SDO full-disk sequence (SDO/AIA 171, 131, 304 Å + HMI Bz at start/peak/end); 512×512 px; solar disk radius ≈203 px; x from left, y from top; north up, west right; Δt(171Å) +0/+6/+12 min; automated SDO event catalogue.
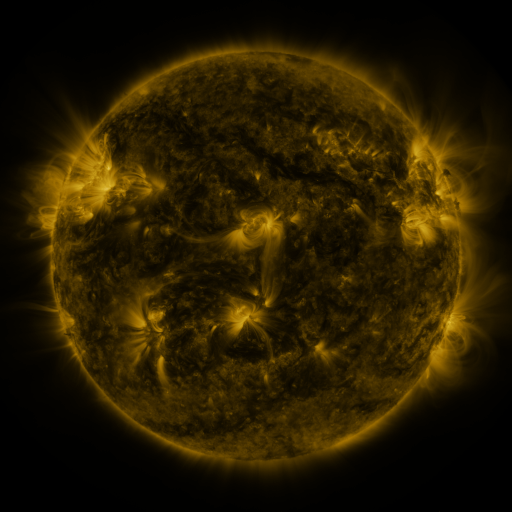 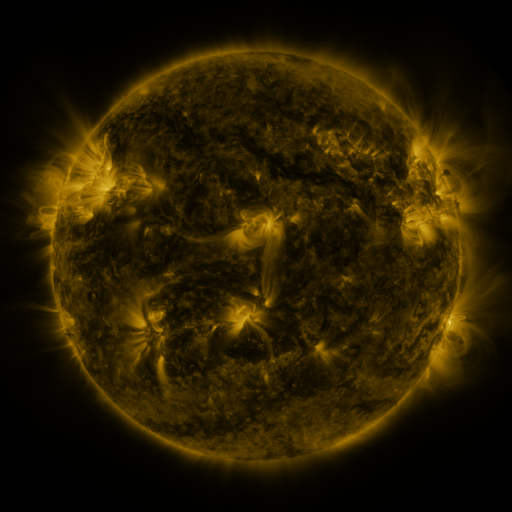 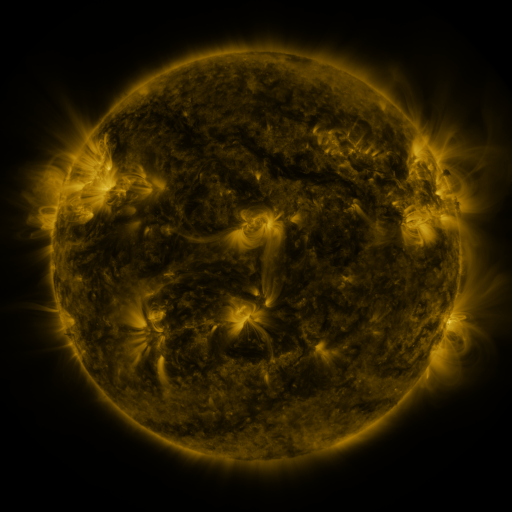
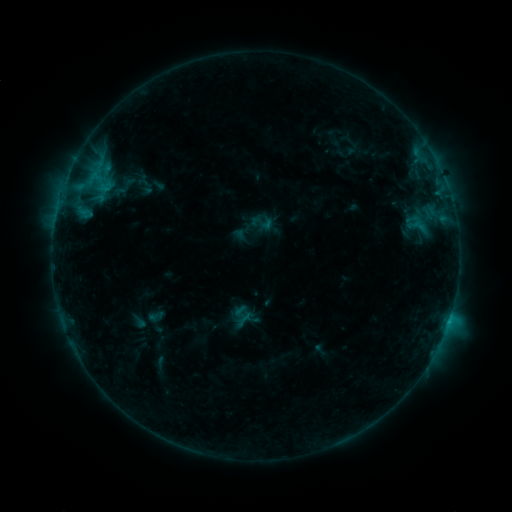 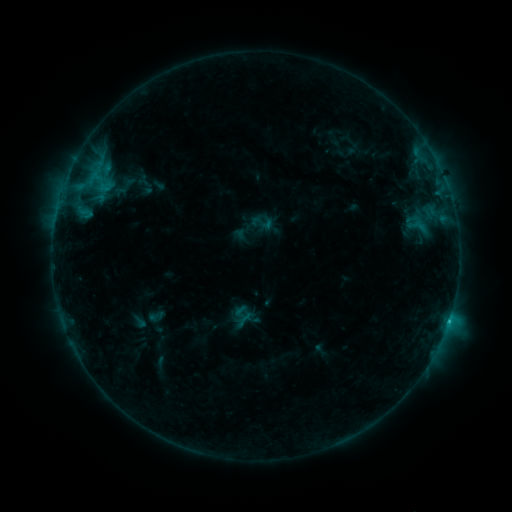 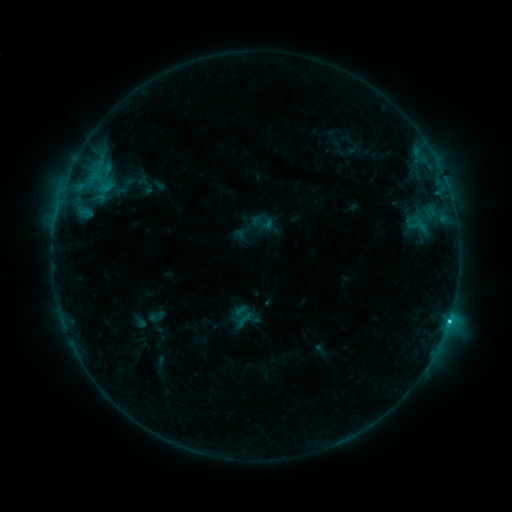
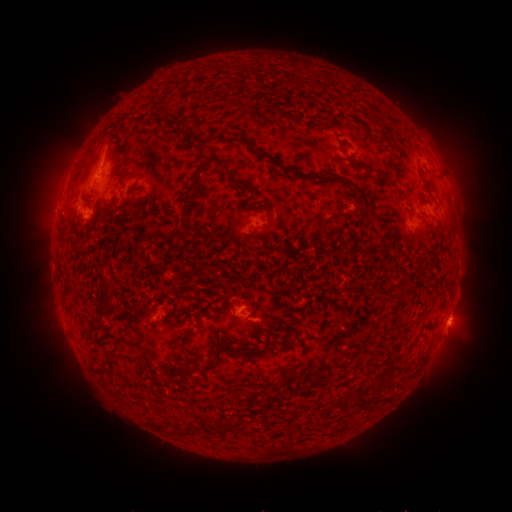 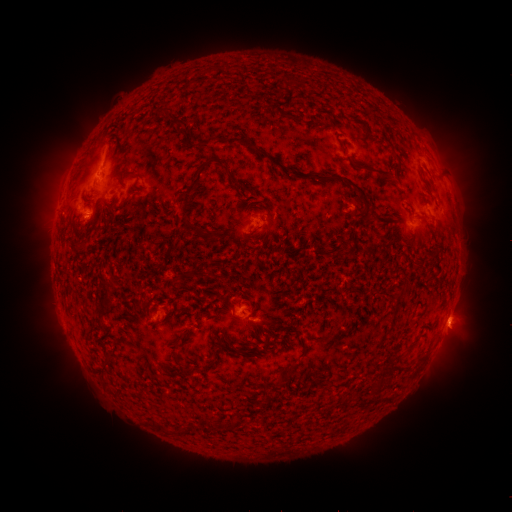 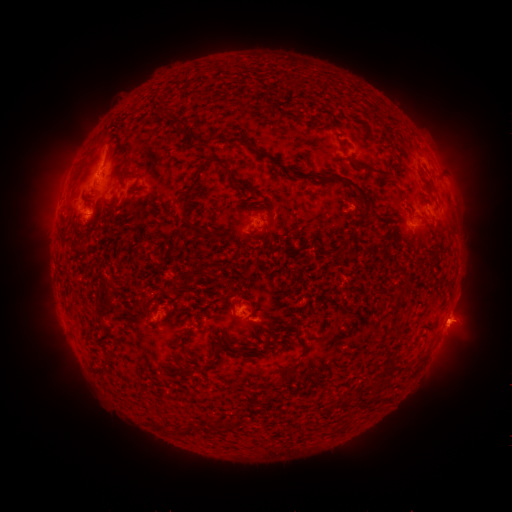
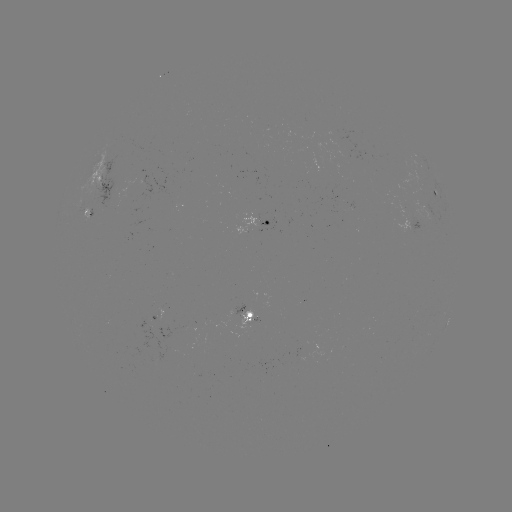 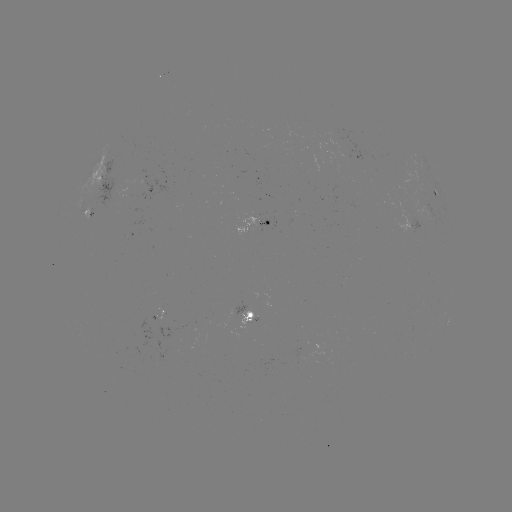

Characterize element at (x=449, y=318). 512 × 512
C1.9 flare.